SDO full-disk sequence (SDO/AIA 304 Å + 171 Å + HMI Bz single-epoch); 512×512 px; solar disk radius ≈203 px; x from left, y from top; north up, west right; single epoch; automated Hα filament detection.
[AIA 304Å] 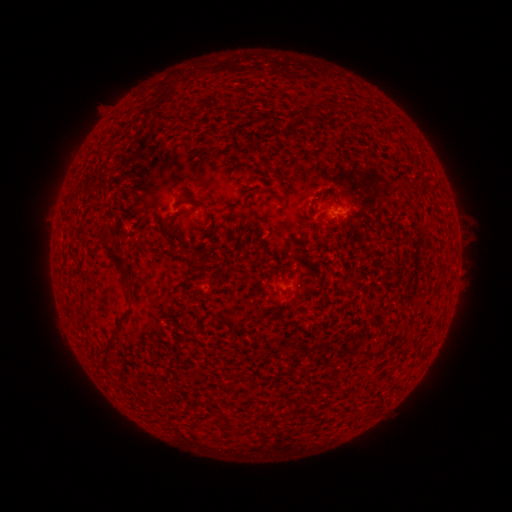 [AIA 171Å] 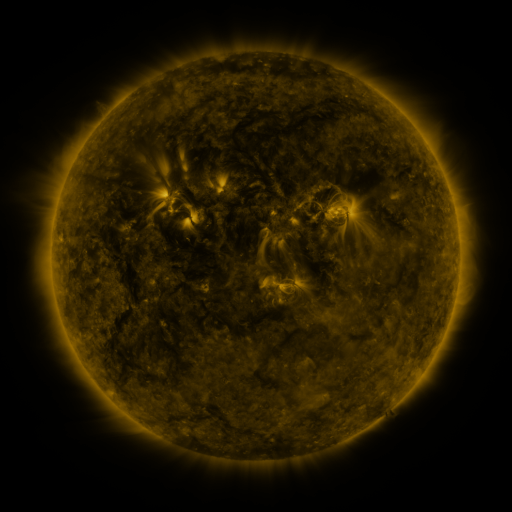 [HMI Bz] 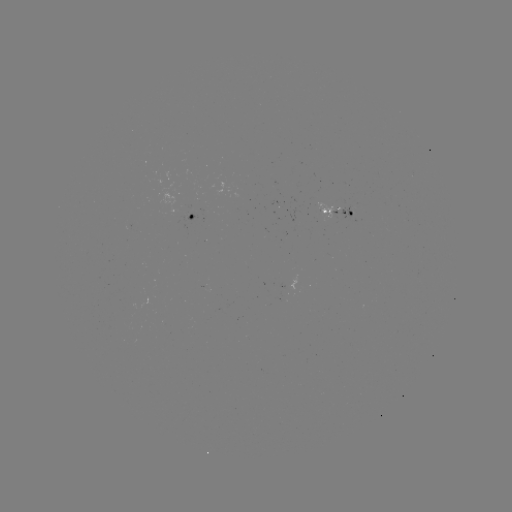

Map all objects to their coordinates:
filament: <bbox>307, 102, 323, 117</bbox>
filament: <bbox>158, 219, 170, 255</bbox>
filament: <bbox>96, 234, 132, 293</bbox>
filament: <bbox>182, 255, 209, 273</bbox>
filament: <bbox>102, 329, 120, 369</bbox>
